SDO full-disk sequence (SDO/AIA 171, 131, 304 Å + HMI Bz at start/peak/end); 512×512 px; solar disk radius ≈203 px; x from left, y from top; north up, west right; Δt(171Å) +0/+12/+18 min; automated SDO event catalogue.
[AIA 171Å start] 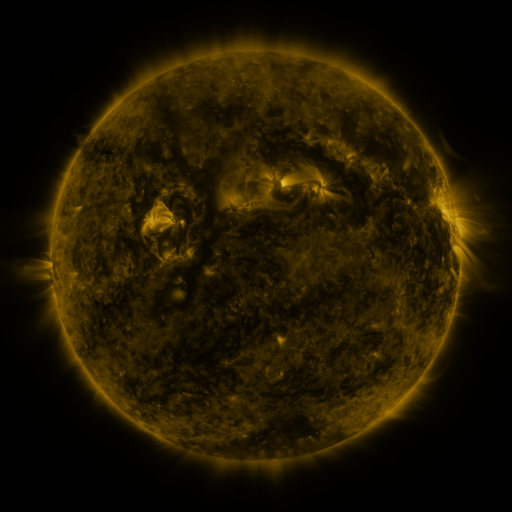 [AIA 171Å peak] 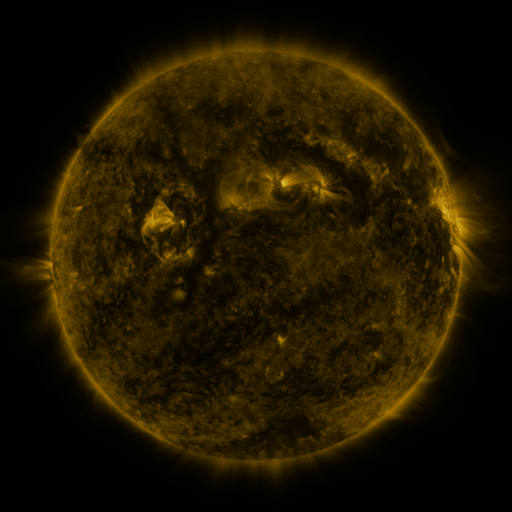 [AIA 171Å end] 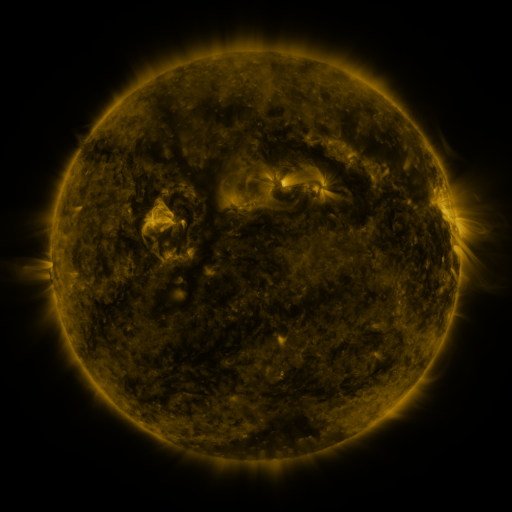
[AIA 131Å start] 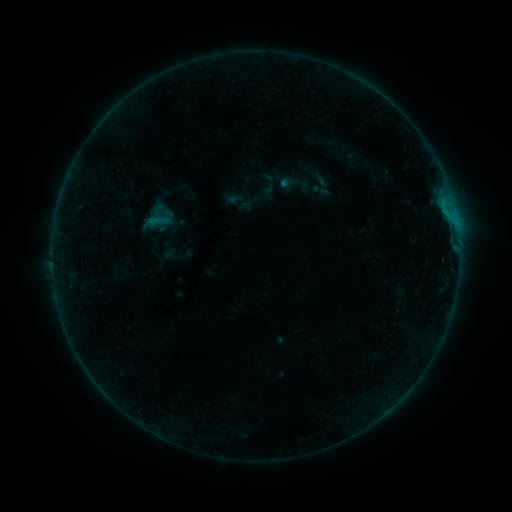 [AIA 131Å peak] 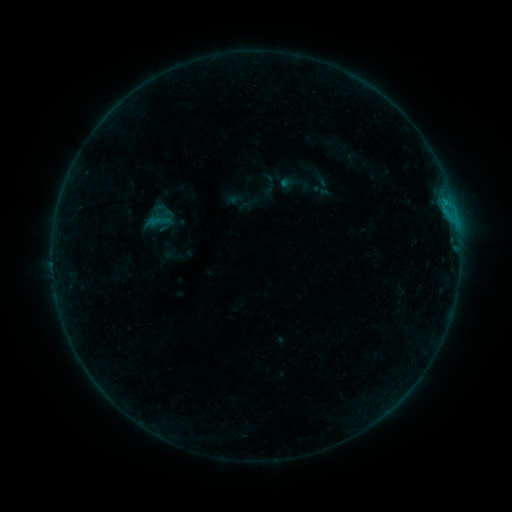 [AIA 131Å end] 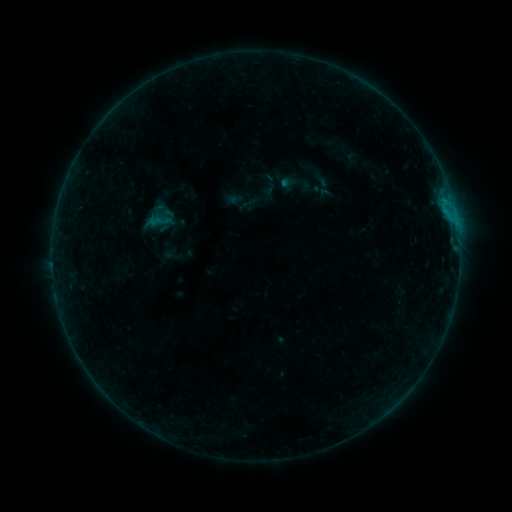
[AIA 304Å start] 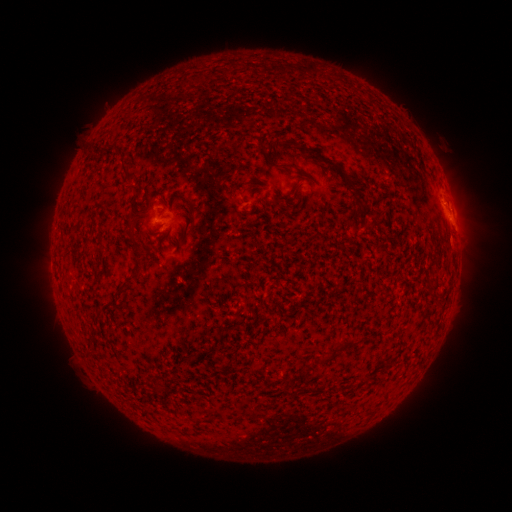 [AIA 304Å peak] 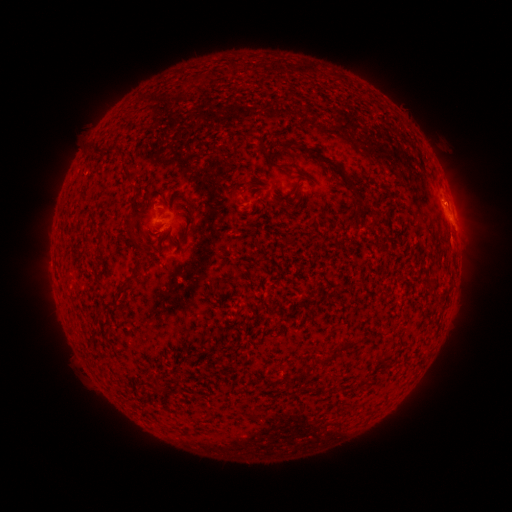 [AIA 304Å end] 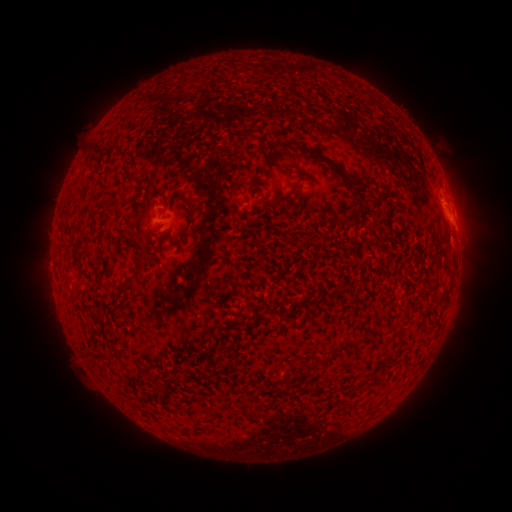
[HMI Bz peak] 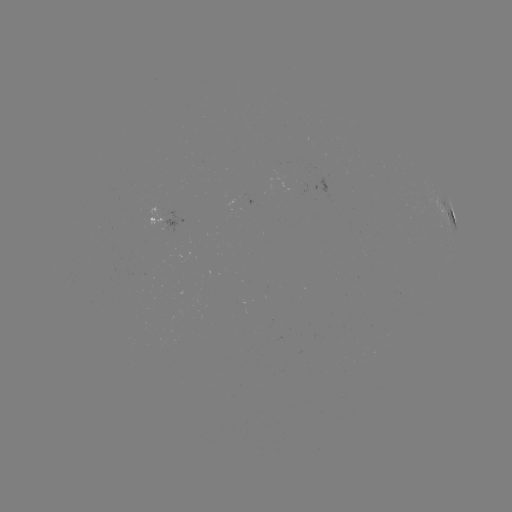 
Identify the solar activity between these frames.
B4.3 flare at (446, 205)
